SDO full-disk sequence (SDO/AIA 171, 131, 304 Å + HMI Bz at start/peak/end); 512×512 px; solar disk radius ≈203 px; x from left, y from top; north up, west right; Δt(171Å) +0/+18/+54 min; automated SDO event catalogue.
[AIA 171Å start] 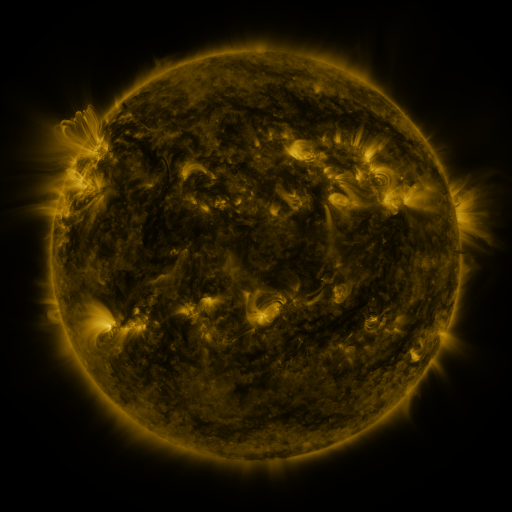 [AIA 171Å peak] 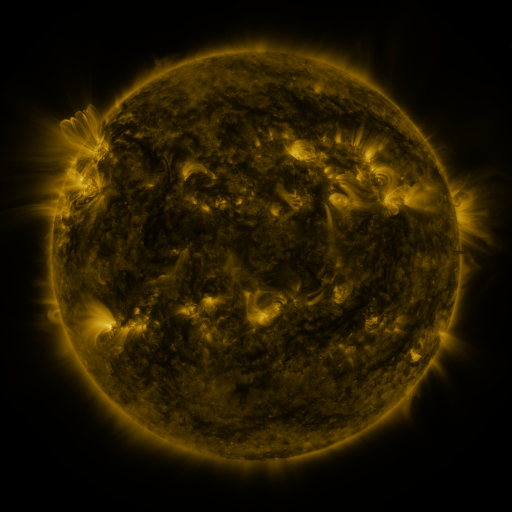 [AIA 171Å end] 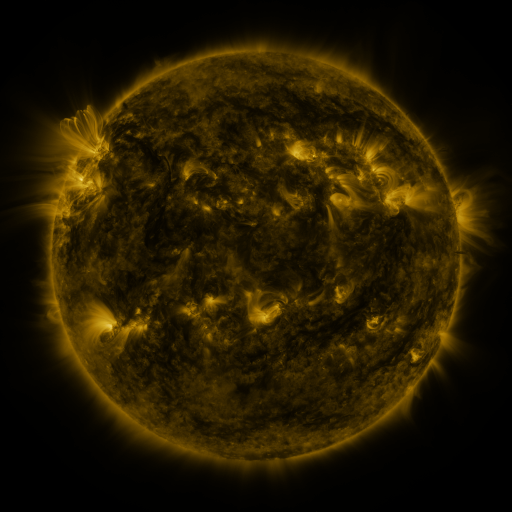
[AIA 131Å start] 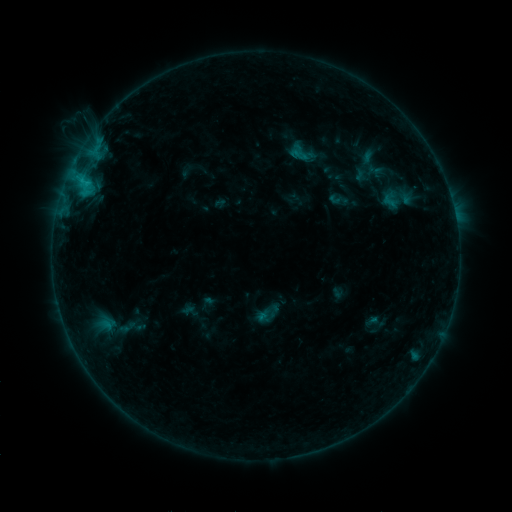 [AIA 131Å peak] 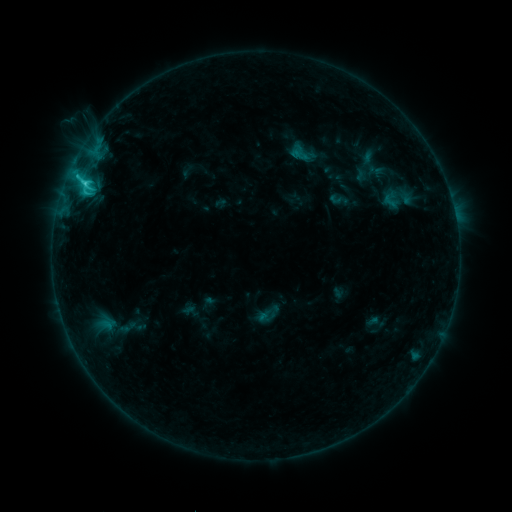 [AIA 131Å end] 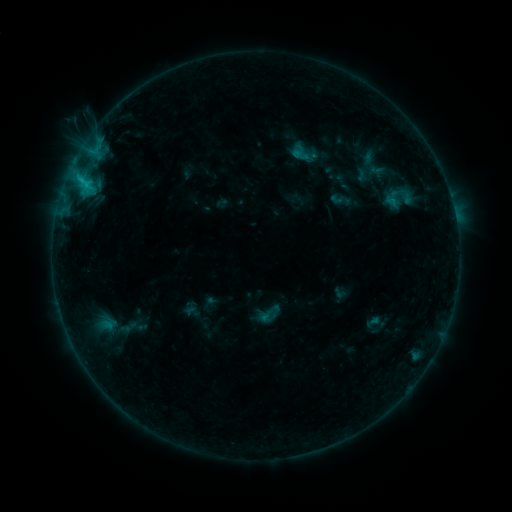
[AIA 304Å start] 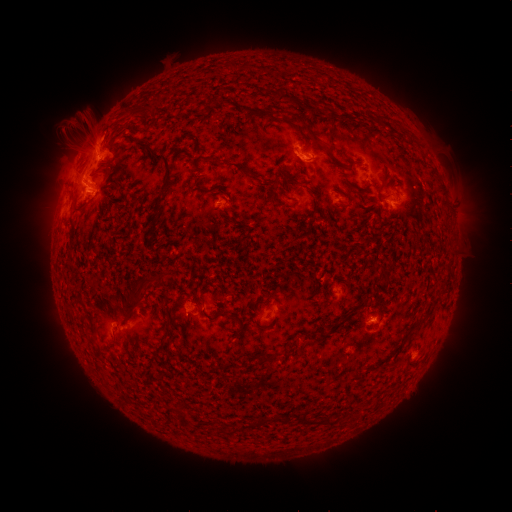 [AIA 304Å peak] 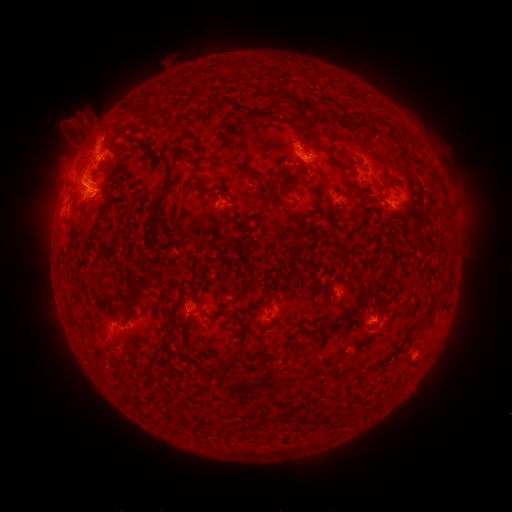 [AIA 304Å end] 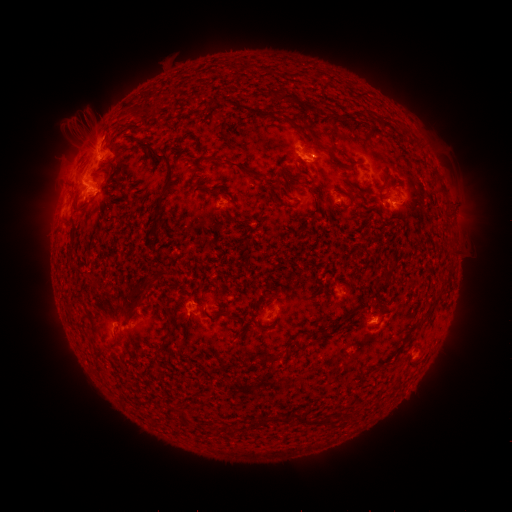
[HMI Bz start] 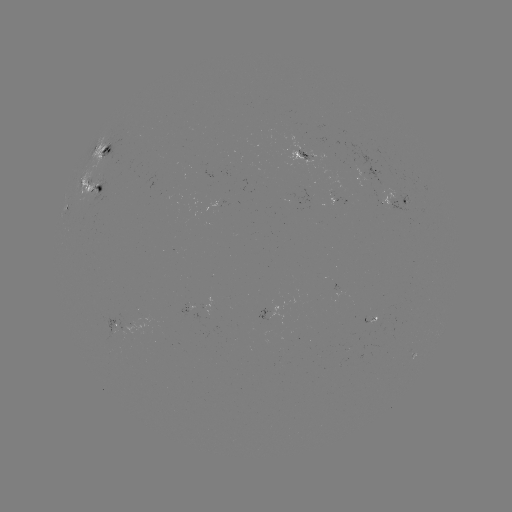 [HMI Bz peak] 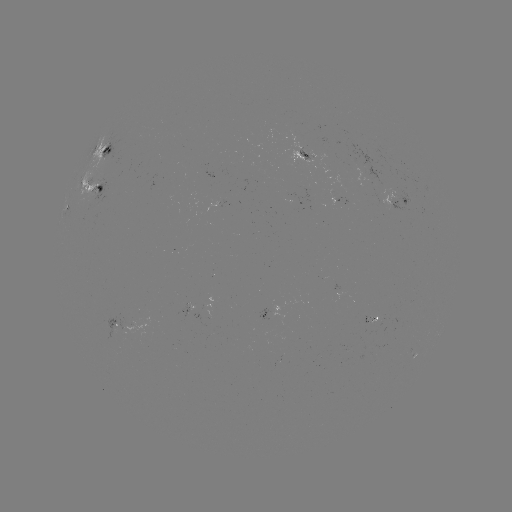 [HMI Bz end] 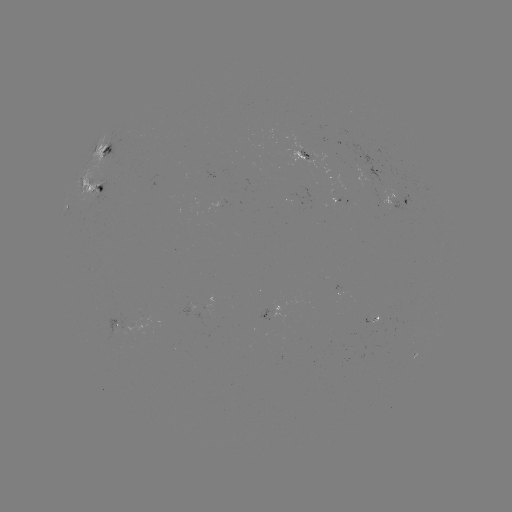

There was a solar flare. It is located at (85, 185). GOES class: C3.0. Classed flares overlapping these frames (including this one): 1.